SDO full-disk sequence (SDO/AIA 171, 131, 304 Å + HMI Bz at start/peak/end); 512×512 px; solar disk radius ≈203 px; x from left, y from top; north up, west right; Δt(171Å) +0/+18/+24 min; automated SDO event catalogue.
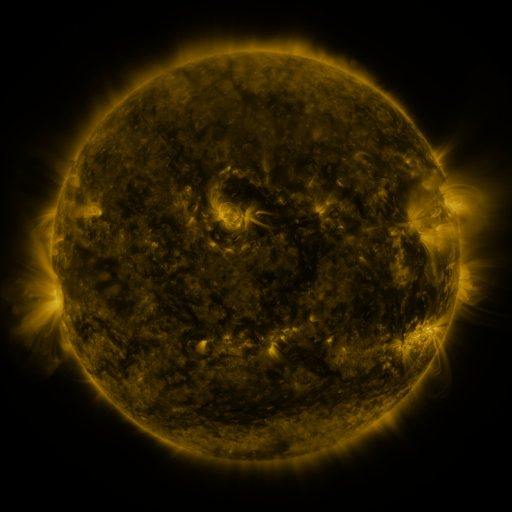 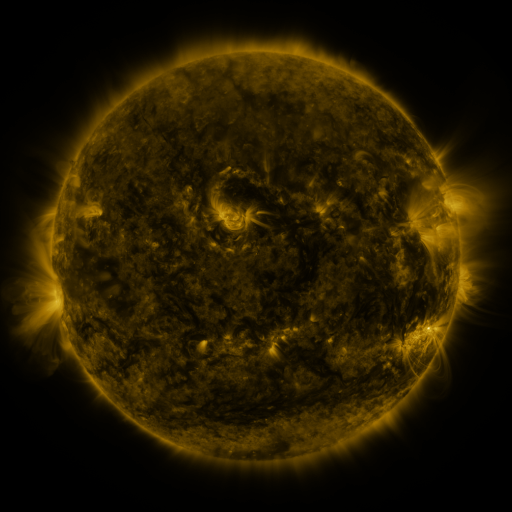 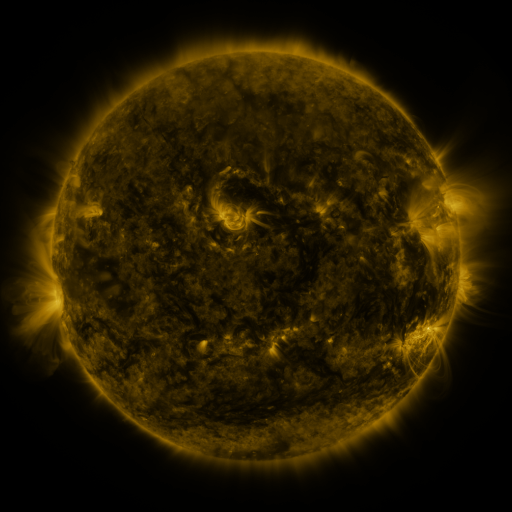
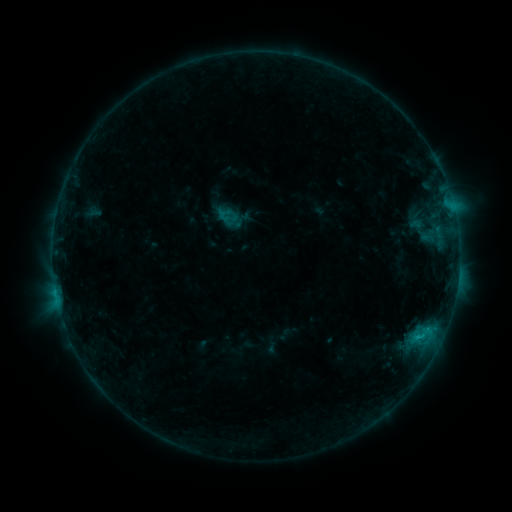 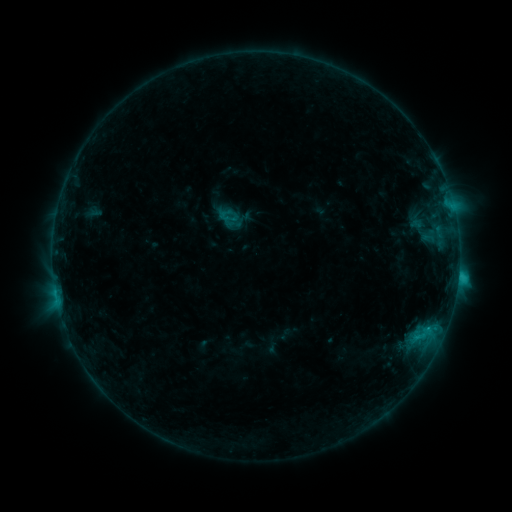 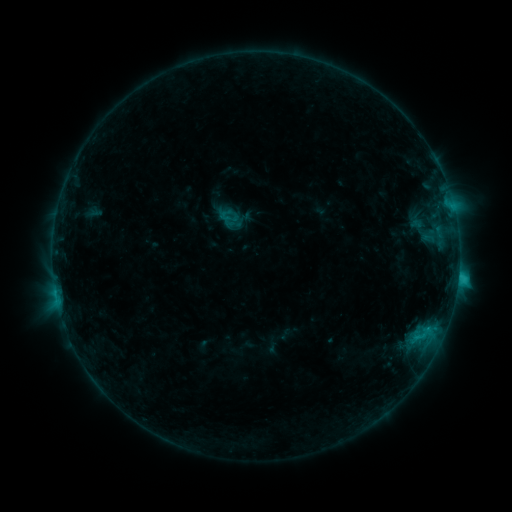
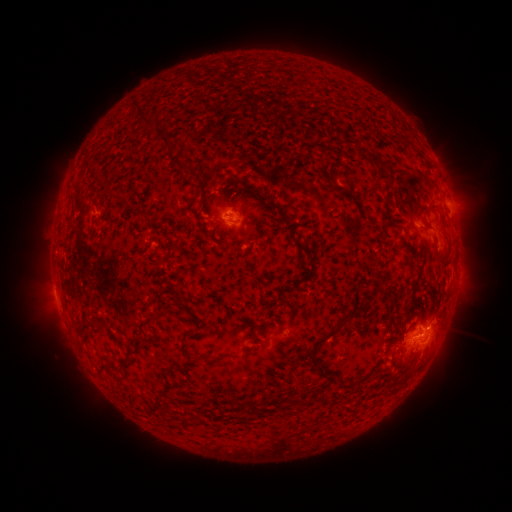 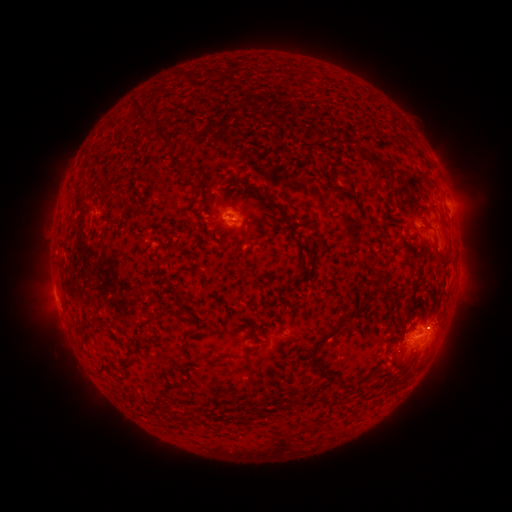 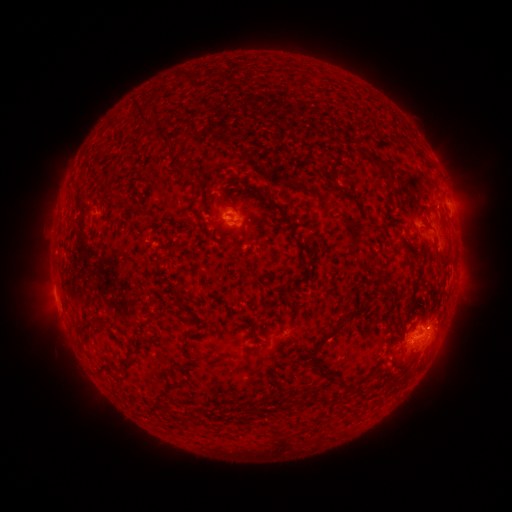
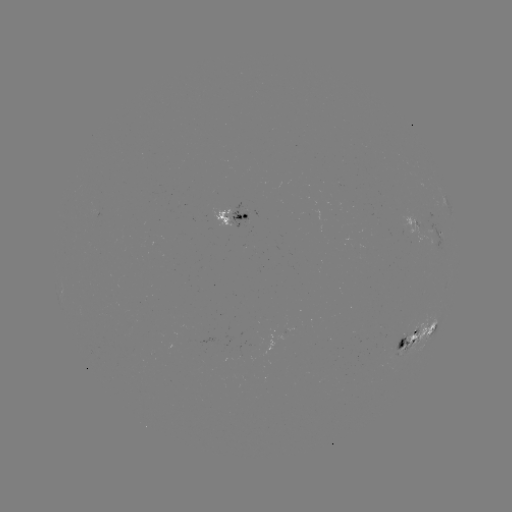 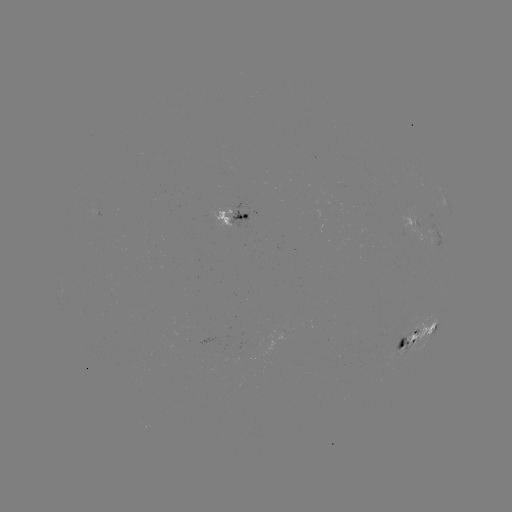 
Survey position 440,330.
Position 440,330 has C1.6 flare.